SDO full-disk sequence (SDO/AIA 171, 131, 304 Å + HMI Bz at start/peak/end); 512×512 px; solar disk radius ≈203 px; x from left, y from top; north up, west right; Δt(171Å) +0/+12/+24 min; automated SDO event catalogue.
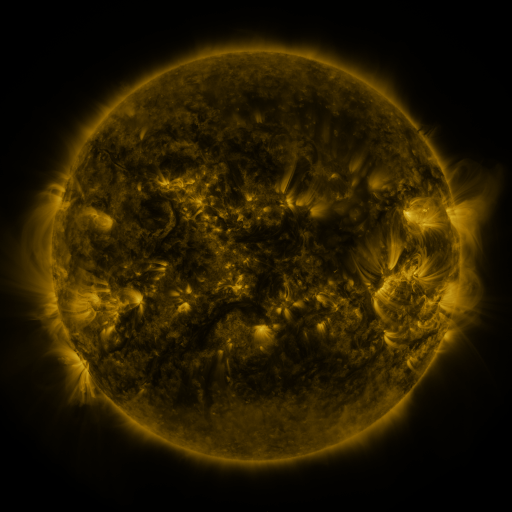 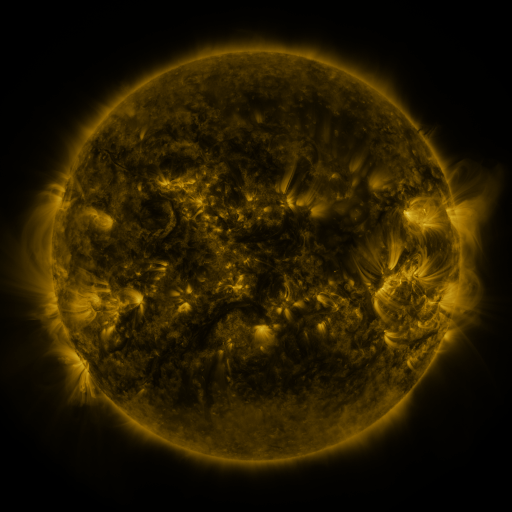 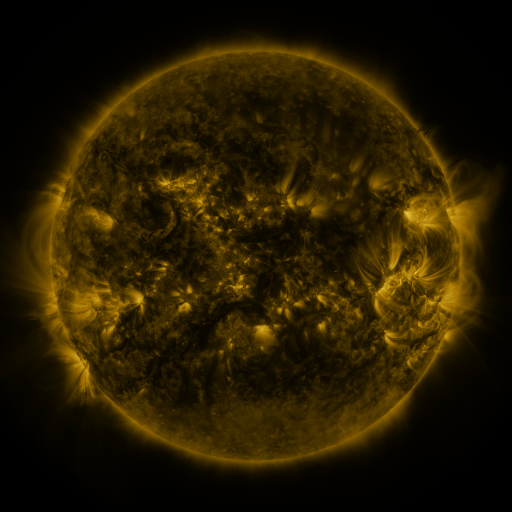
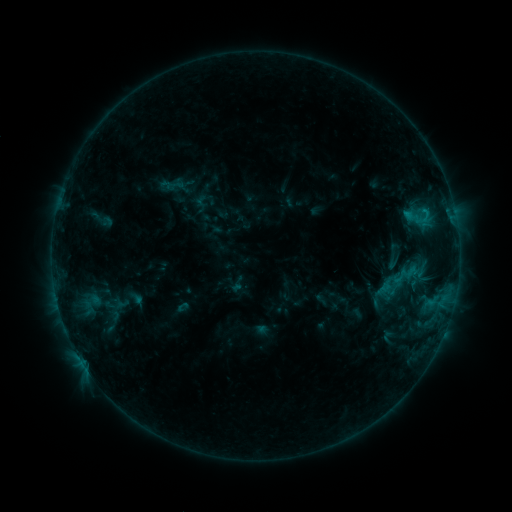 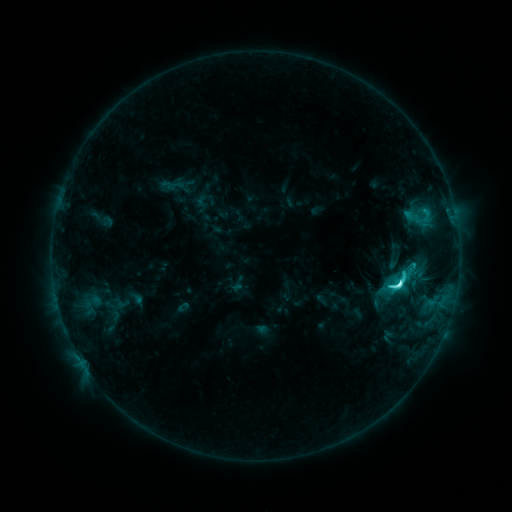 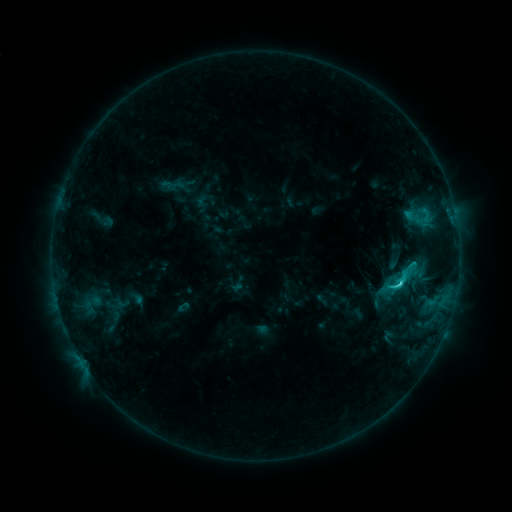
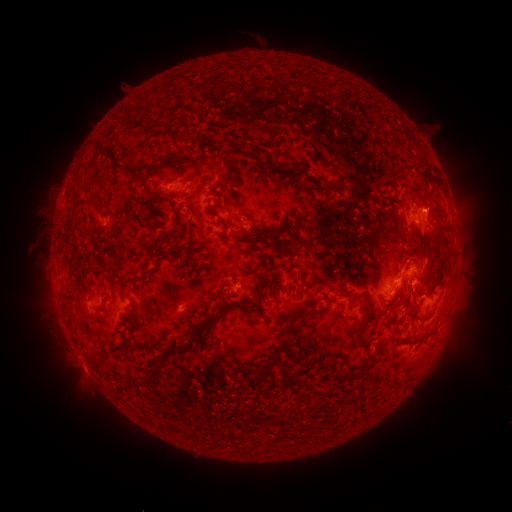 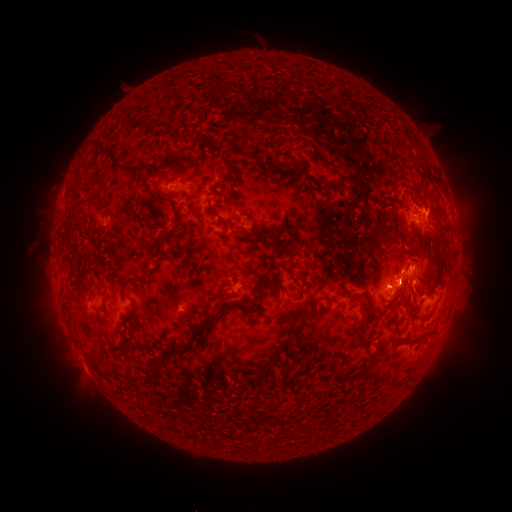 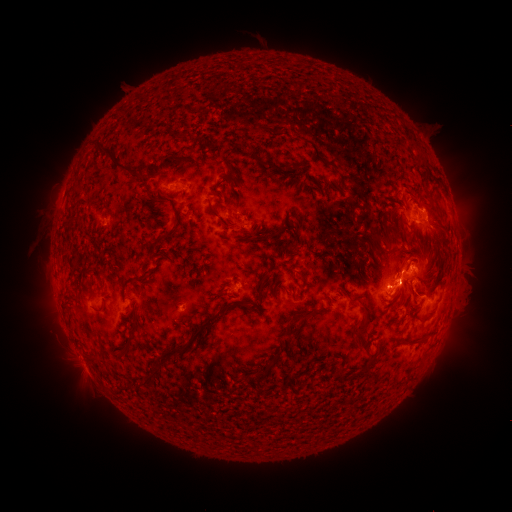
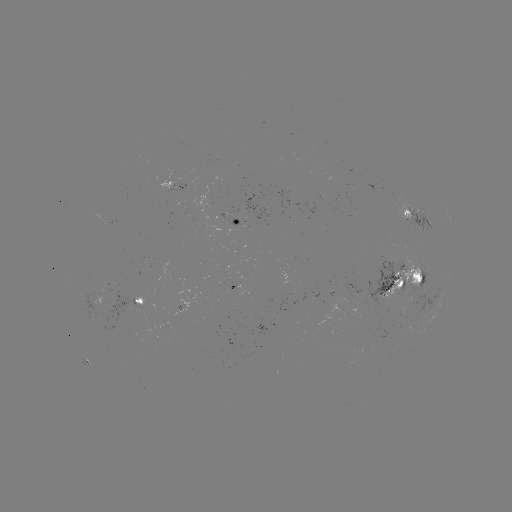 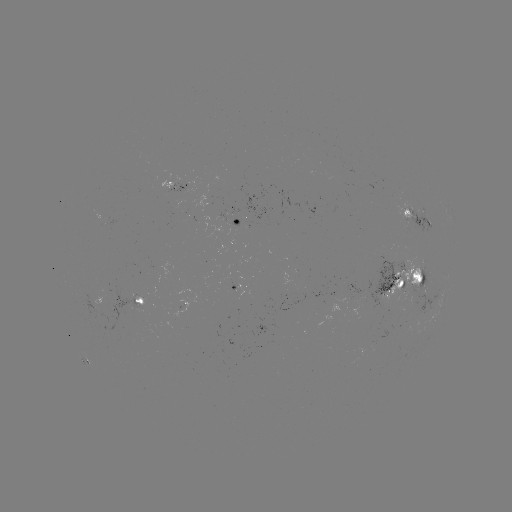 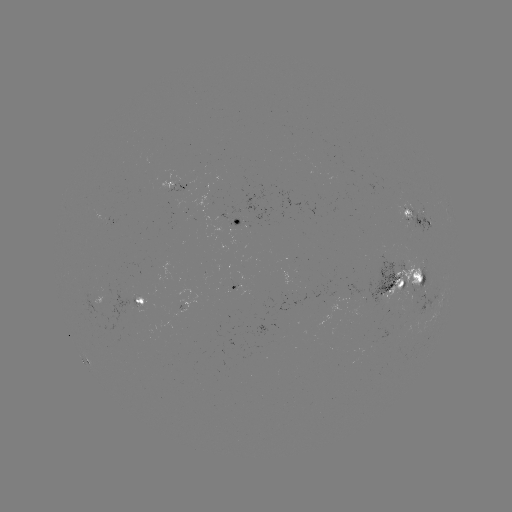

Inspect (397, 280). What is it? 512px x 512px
C6.5 flare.